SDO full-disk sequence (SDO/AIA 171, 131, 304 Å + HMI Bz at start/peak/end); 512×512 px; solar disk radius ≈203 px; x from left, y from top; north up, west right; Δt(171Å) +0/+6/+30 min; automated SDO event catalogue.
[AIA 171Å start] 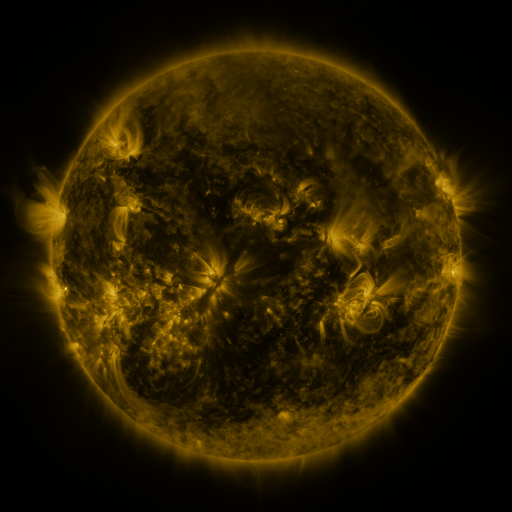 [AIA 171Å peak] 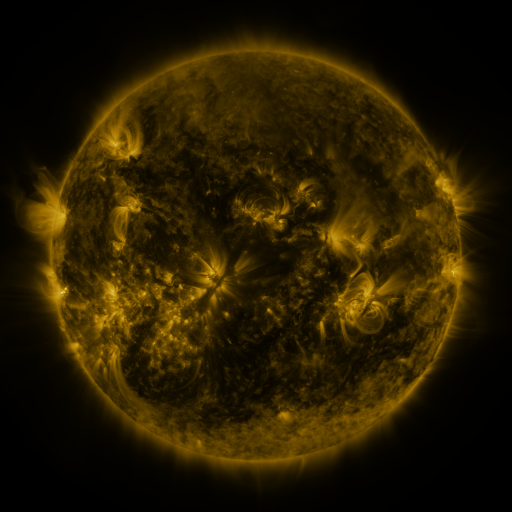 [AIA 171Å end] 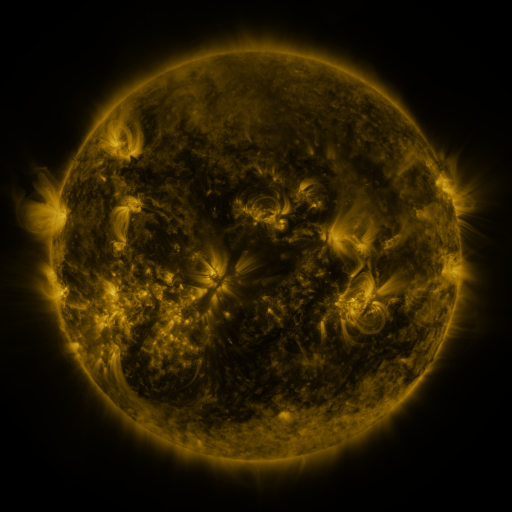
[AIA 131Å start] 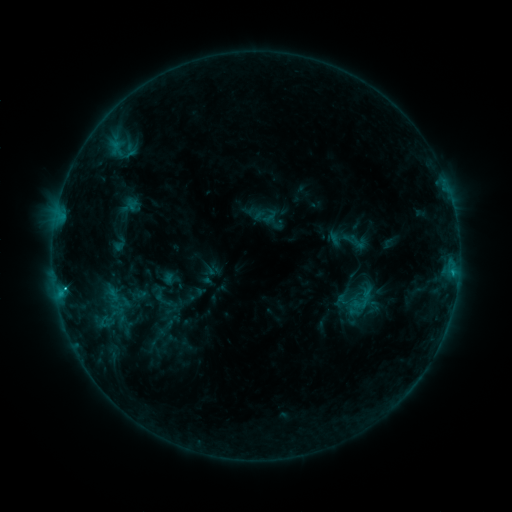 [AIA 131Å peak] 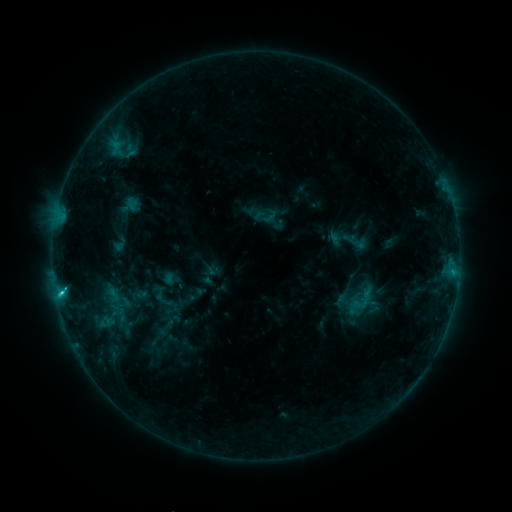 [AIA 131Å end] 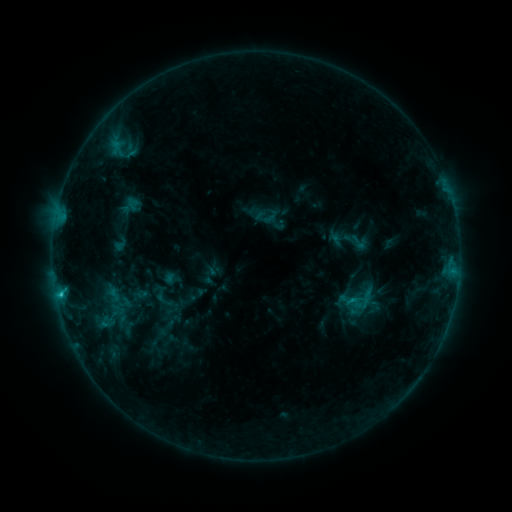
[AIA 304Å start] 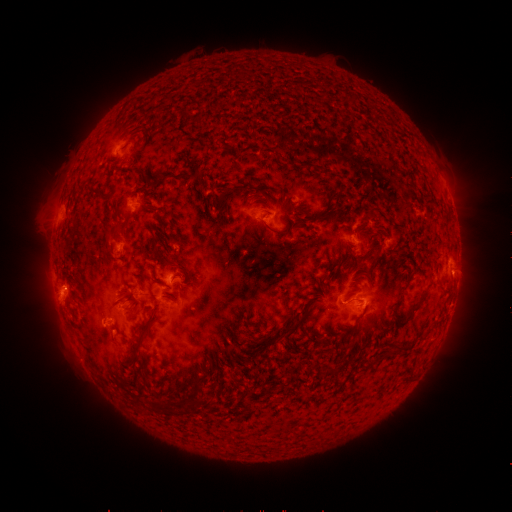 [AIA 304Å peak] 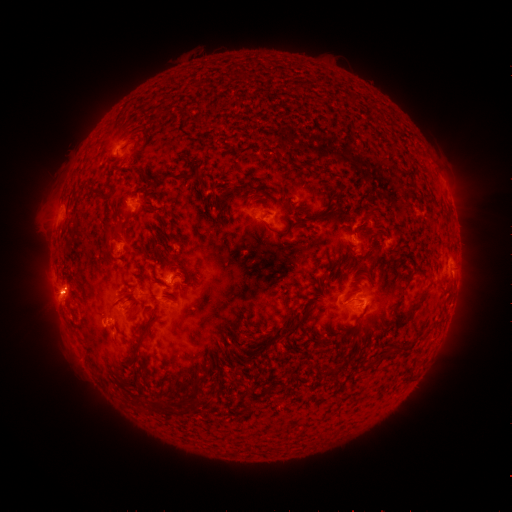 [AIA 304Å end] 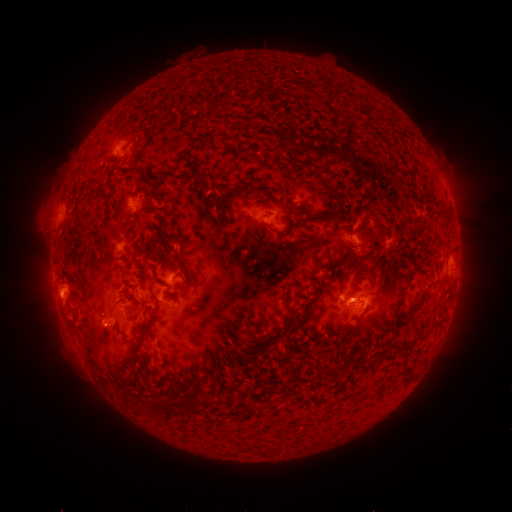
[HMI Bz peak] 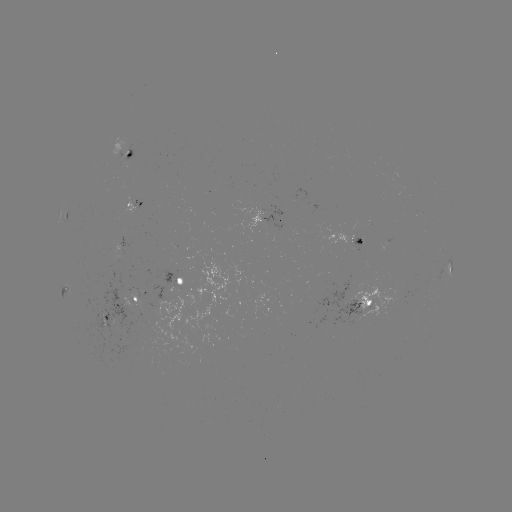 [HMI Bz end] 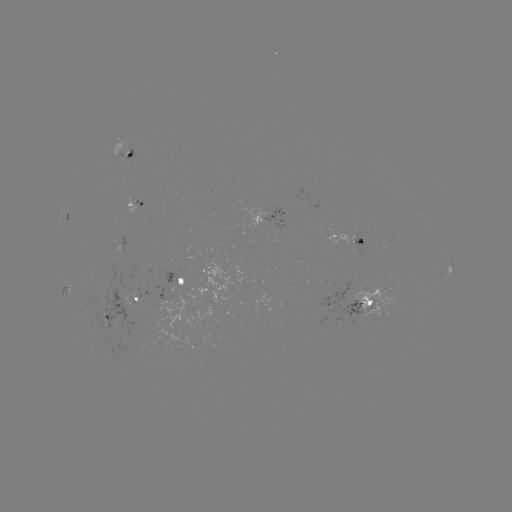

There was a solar flare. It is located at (61, 290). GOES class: C1.9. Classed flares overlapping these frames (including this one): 1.